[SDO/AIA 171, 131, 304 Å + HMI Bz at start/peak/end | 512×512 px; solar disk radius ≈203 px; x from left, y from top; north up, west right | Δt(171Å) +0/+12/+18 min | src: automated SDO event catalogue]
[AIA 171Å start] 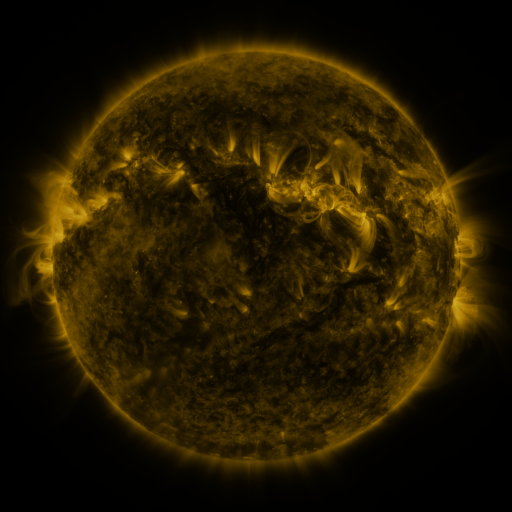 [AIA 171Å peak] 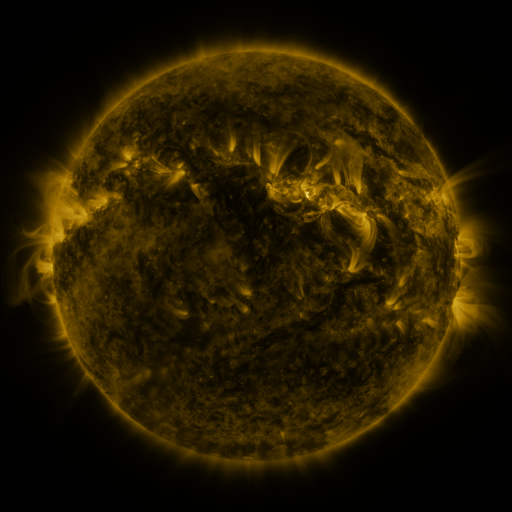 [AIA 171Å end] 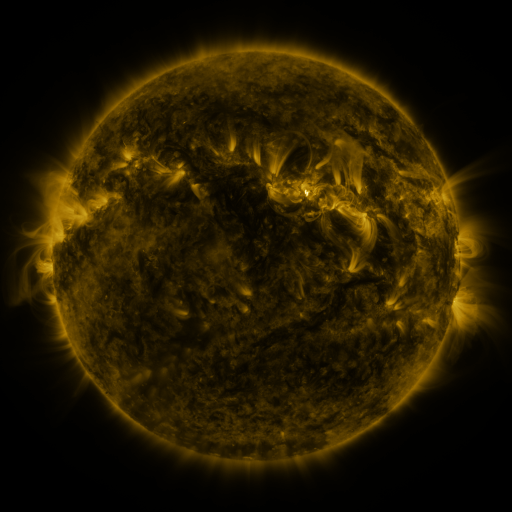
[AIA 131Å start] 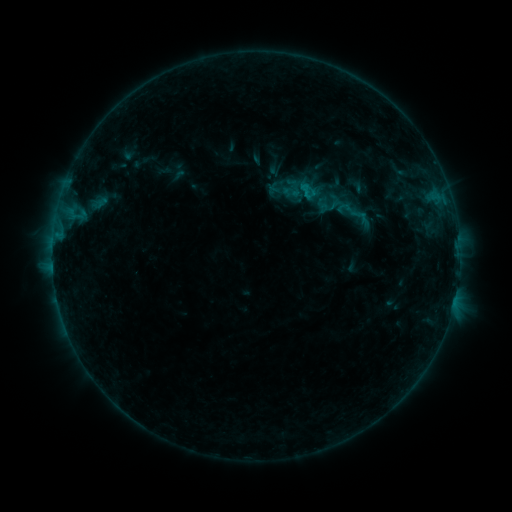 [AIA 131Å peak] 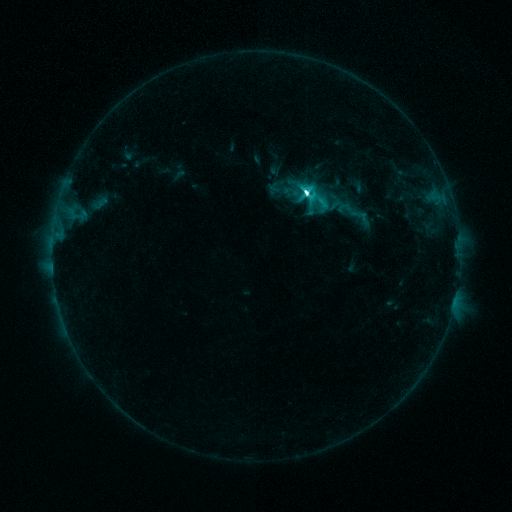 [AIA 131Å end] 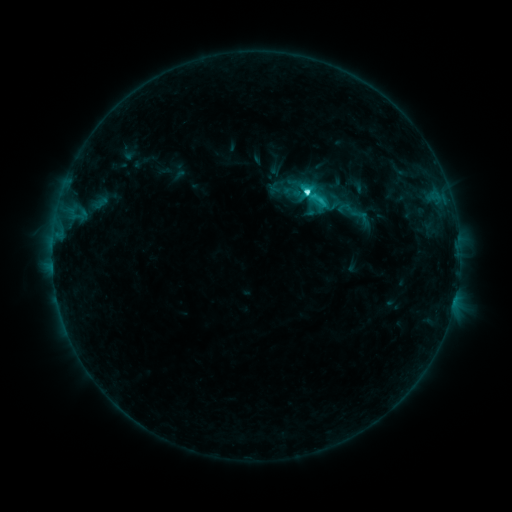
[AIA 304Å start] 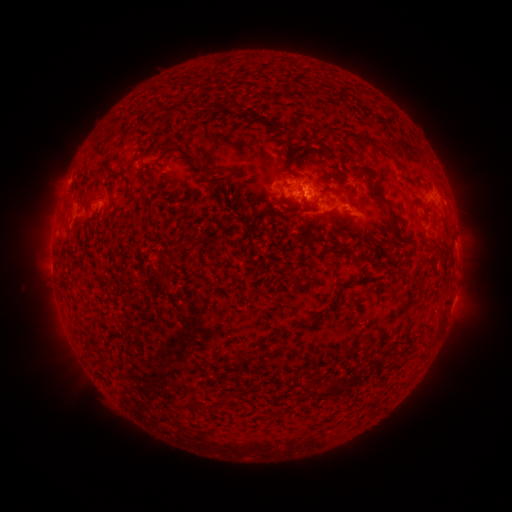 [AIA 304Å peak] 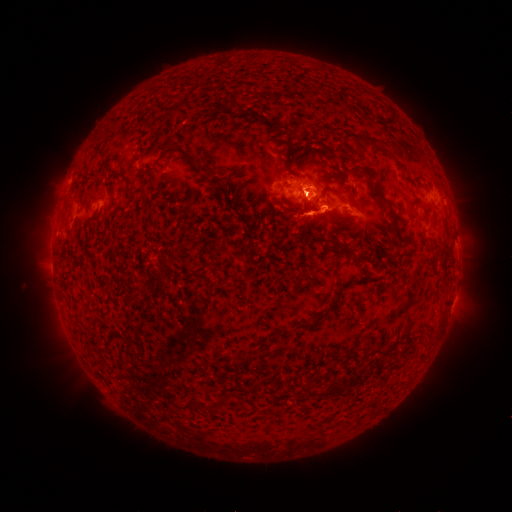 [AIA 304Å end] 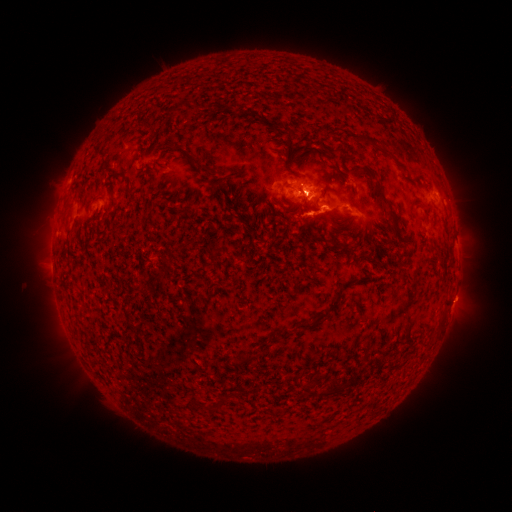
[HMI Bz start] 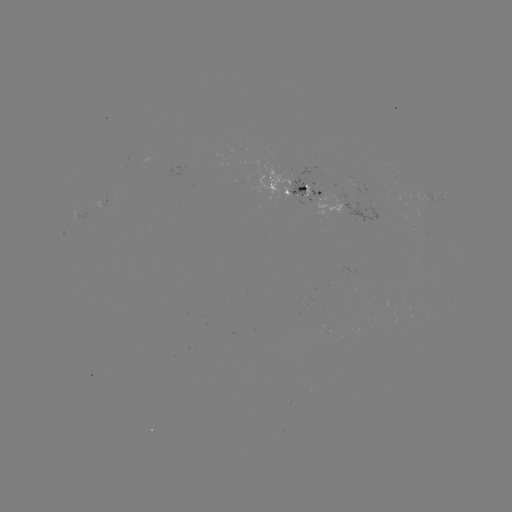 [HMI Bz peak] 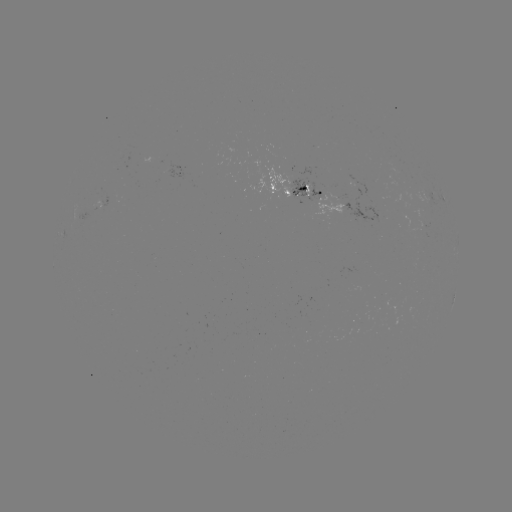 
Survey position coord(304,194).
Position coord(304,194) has M1.0 flare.